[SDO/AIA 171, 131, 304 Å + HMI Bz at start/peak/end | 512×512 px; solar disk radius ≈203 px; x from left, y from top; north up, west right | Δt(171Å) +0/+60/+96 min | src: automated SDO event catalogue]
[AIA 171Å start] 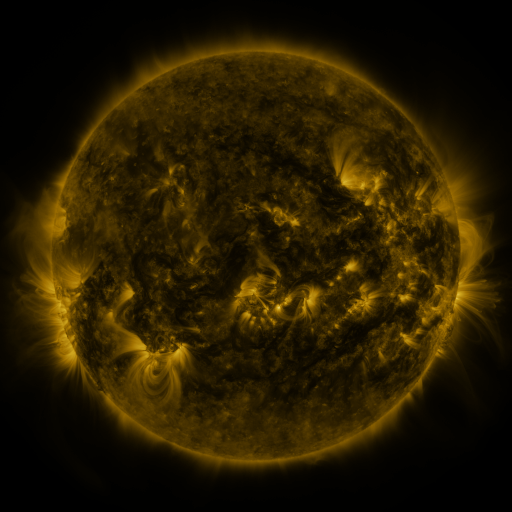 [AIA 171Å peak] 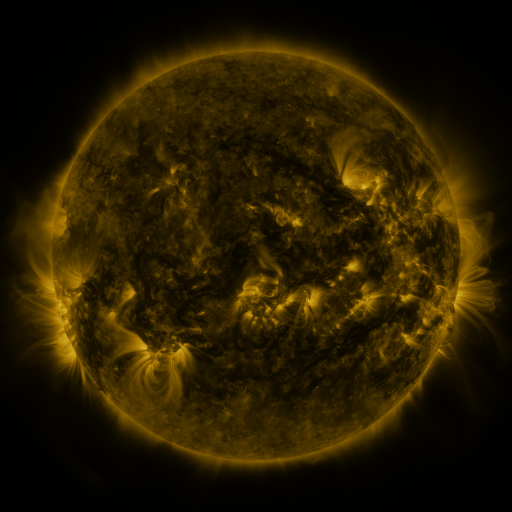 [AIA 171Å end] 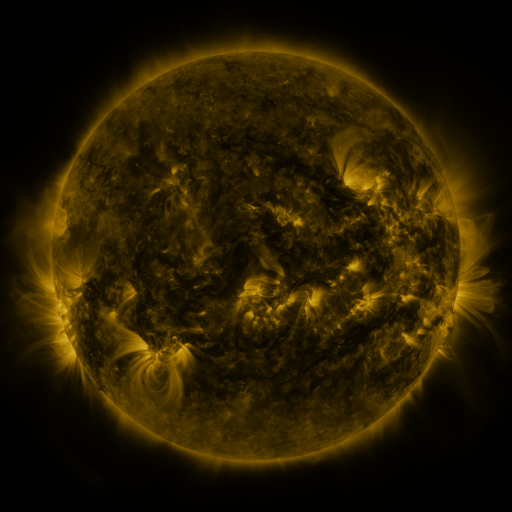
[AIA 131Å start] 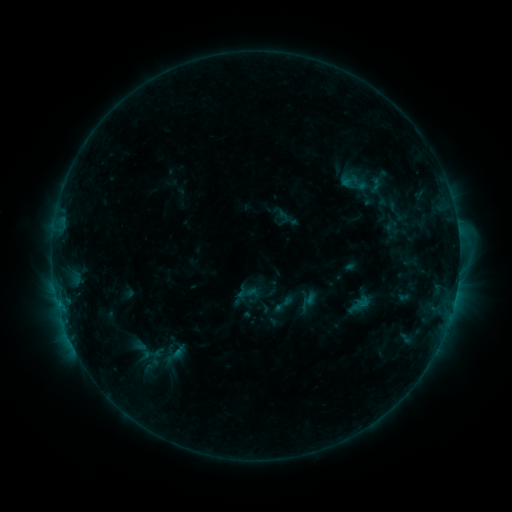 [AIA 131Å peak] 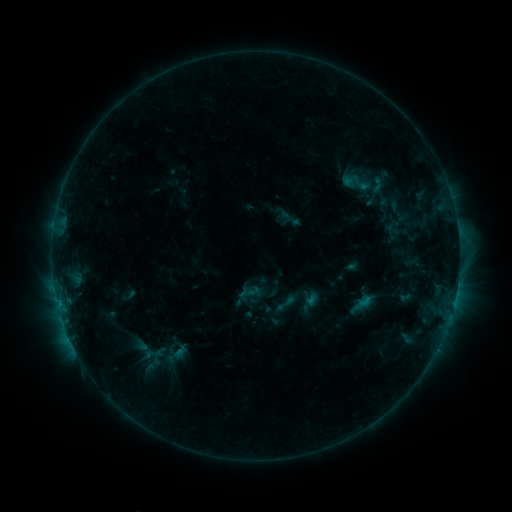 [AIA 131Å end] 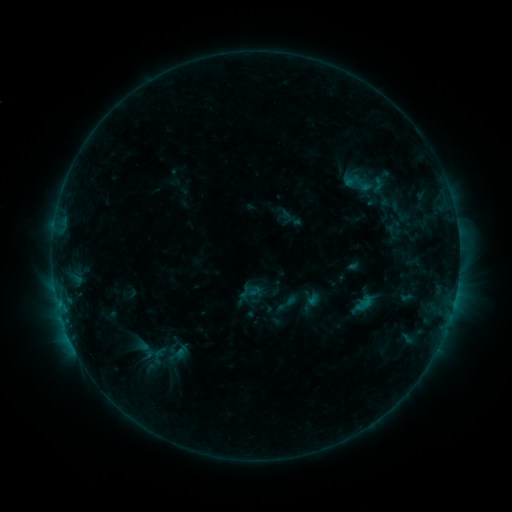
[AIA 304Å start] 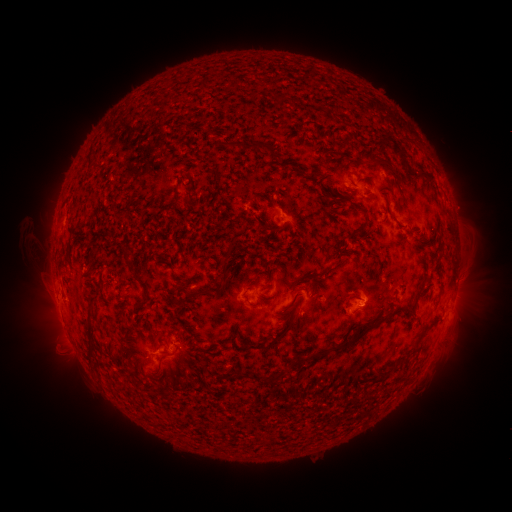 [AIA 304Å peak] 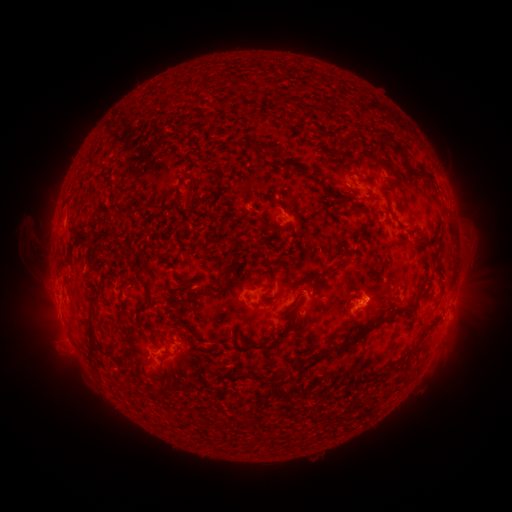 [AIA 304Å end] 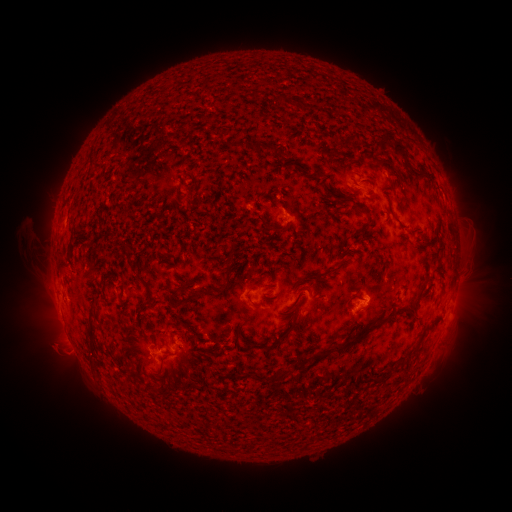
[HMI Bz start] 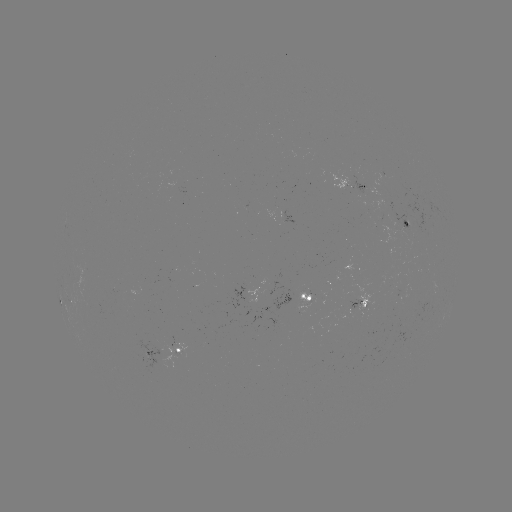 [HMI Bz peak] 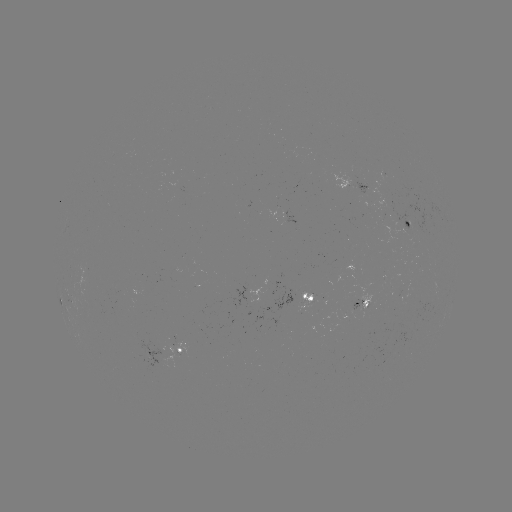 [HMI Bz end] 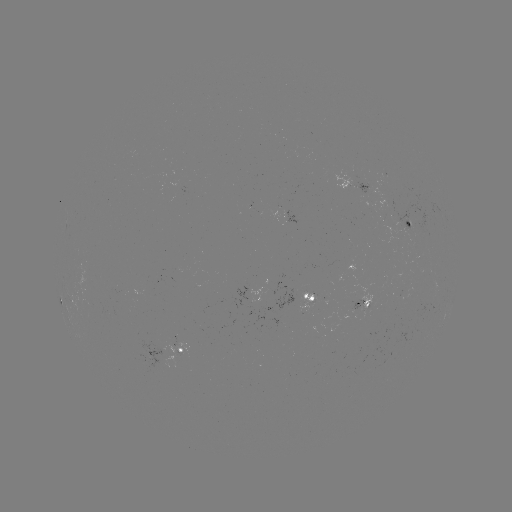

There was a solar emerging-flux region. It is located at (349, 180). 